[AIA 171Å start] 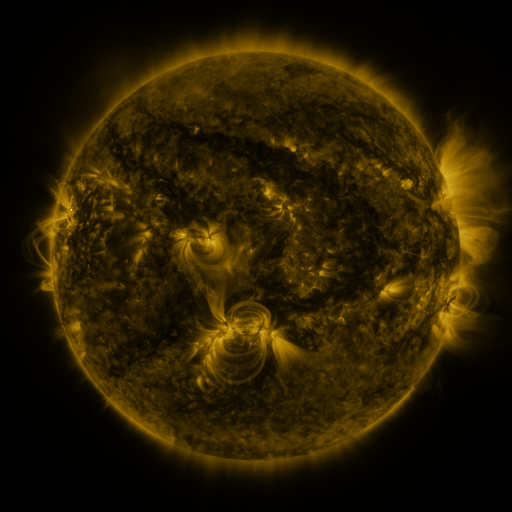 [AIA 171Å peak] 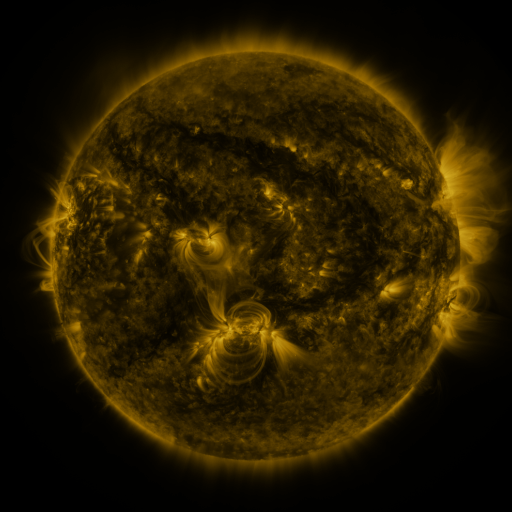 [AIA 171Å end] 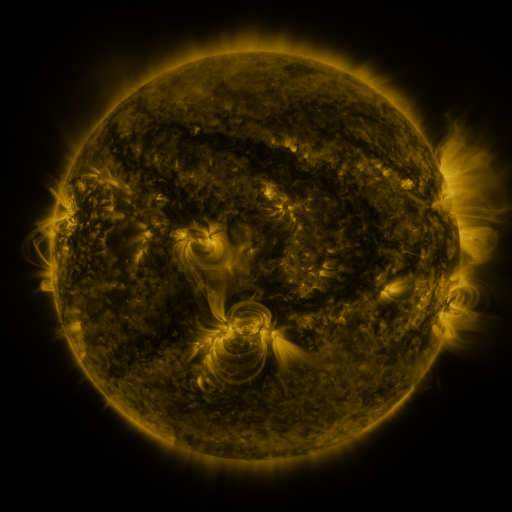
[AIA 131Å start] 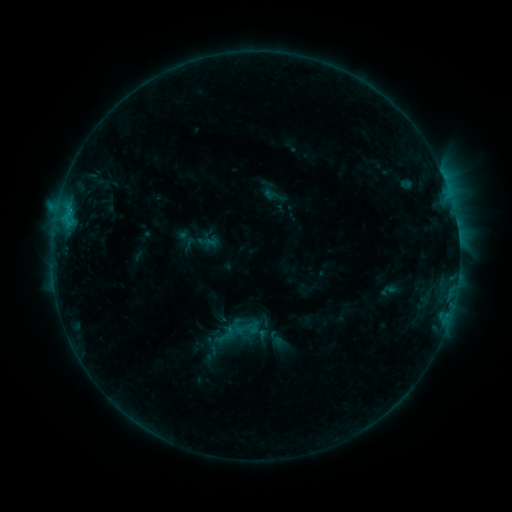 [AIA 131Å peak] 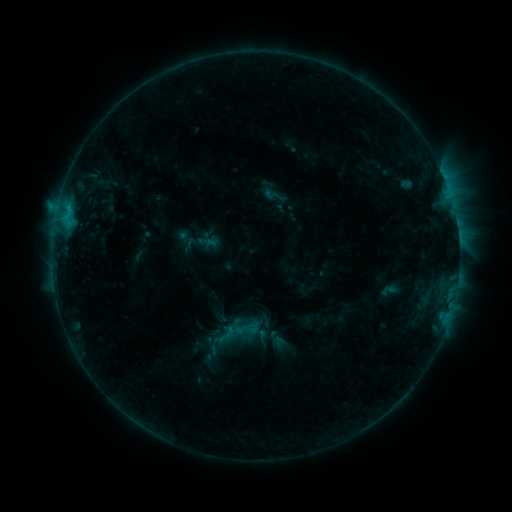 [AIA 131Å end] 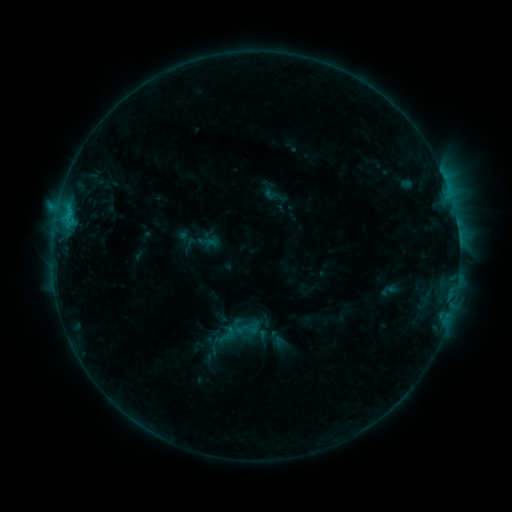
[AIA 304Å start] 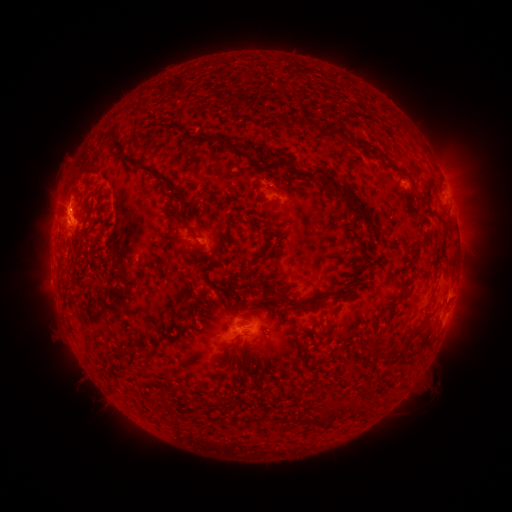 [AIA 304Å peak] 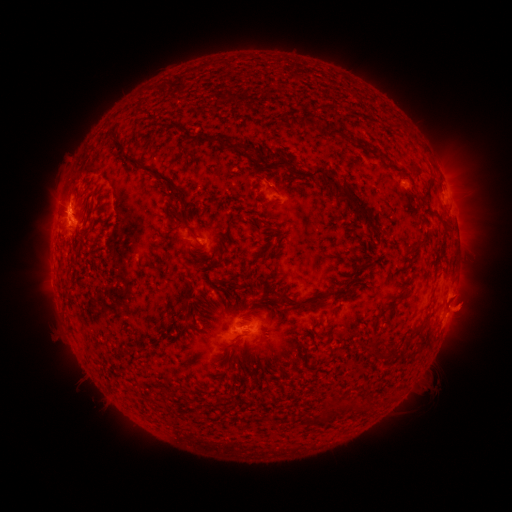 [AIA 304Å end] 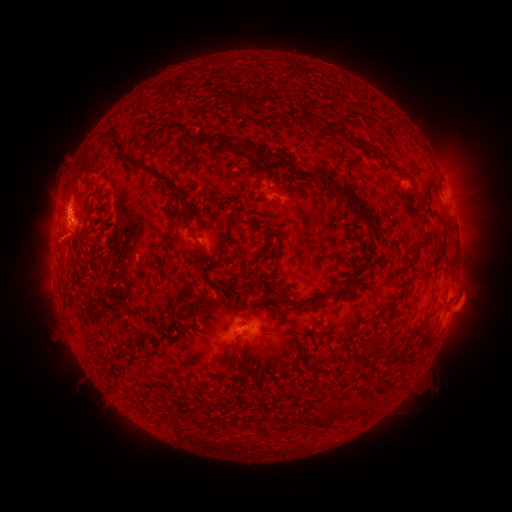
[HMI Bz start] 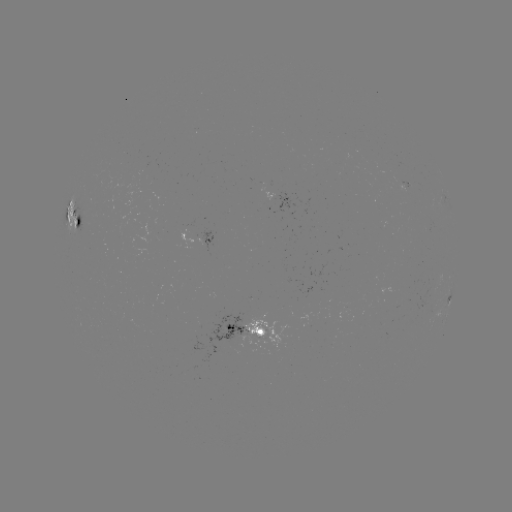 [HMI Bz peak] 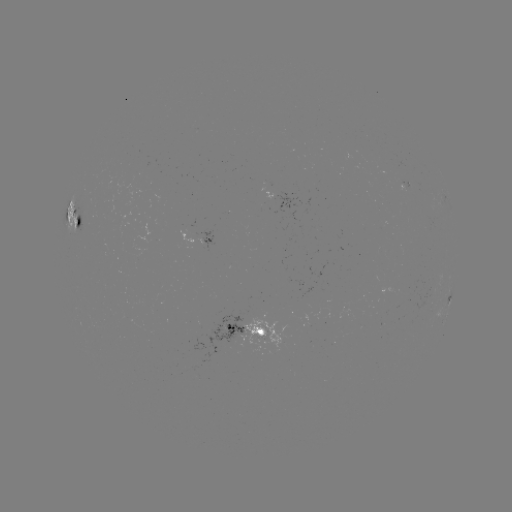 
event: eruption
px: (462, 308)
